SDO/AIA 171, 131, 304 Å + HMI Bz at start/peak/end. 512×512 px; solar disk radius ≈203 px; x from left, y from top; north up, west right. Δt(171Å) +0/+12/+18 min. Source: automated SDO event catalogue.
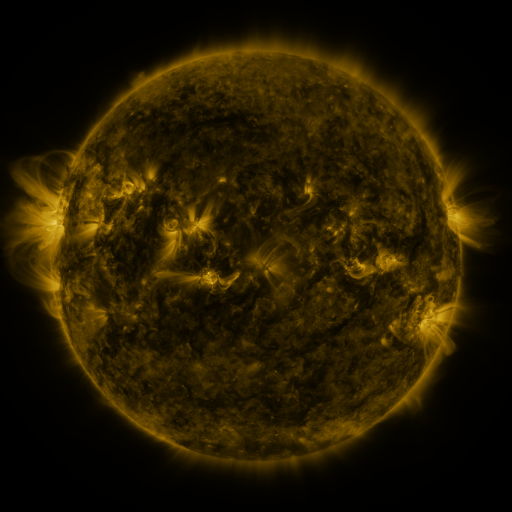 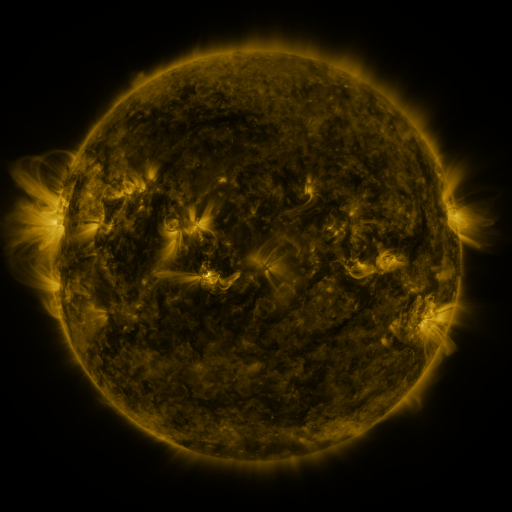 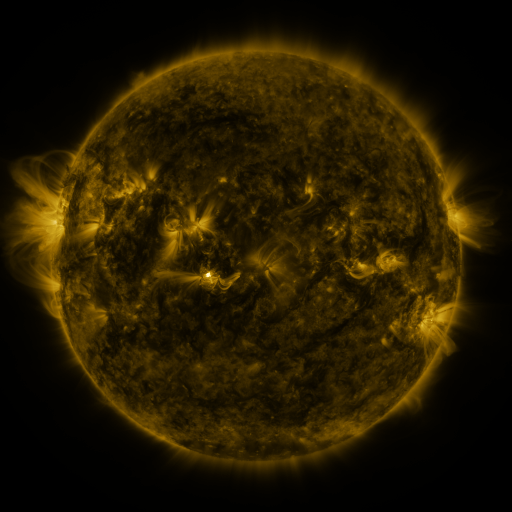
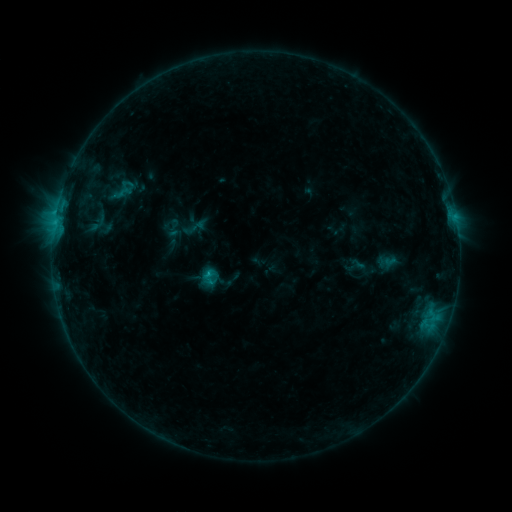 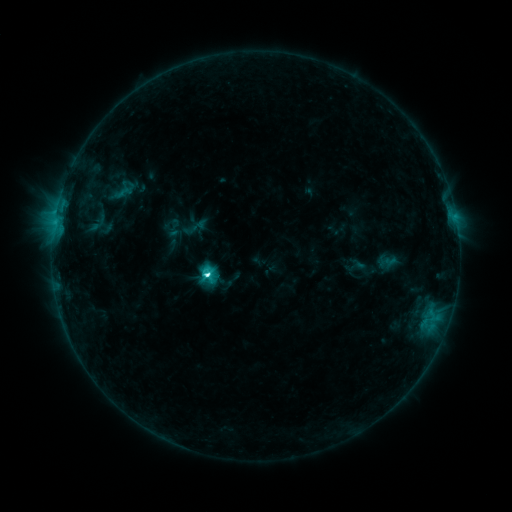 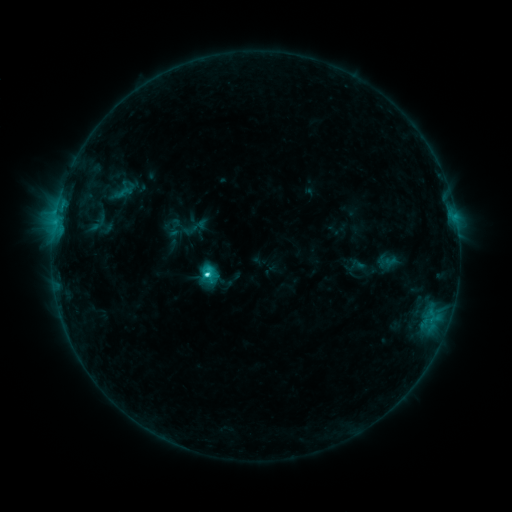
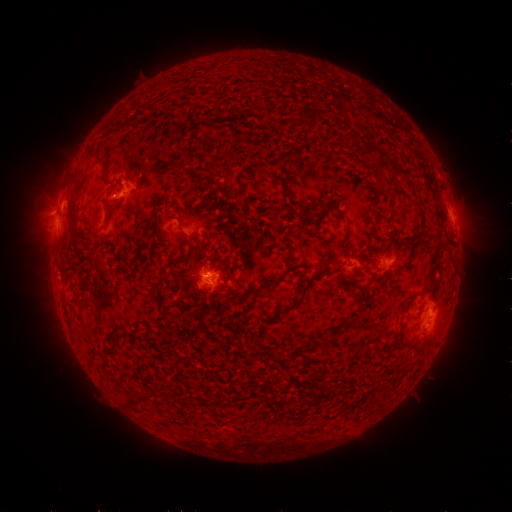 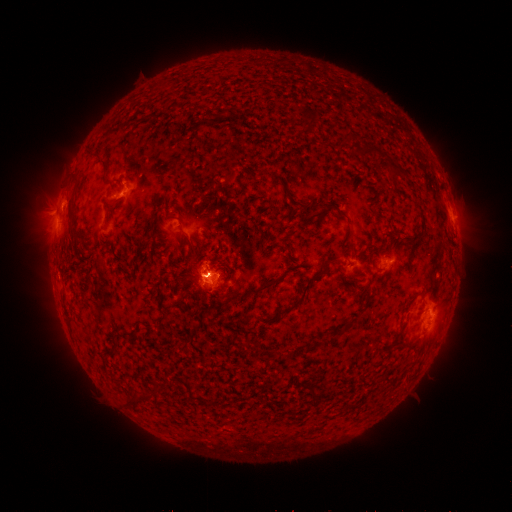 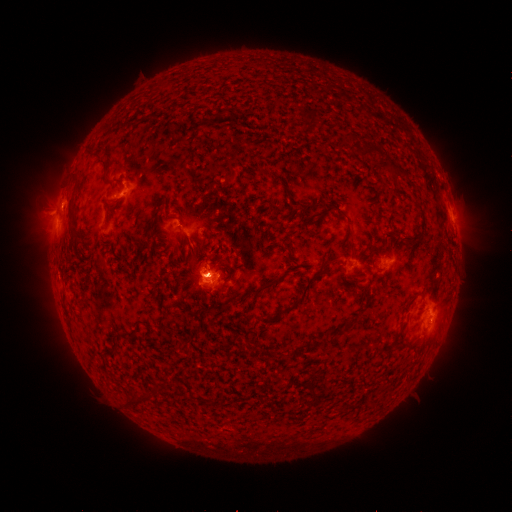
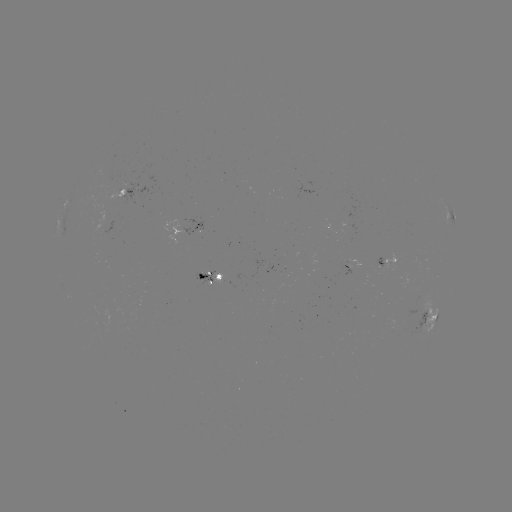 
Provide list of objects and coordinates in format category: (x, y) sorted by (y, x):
C5.1 flare: (210, 273)
